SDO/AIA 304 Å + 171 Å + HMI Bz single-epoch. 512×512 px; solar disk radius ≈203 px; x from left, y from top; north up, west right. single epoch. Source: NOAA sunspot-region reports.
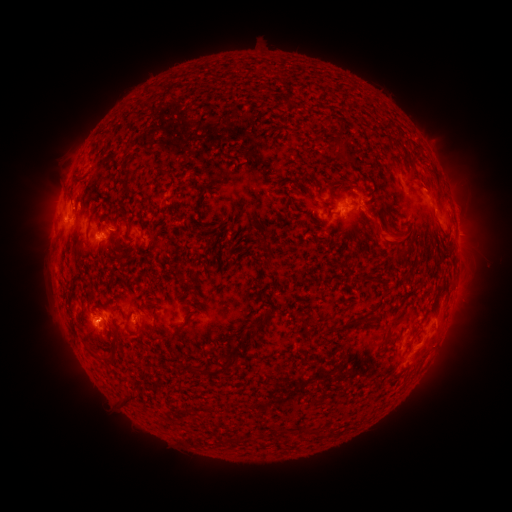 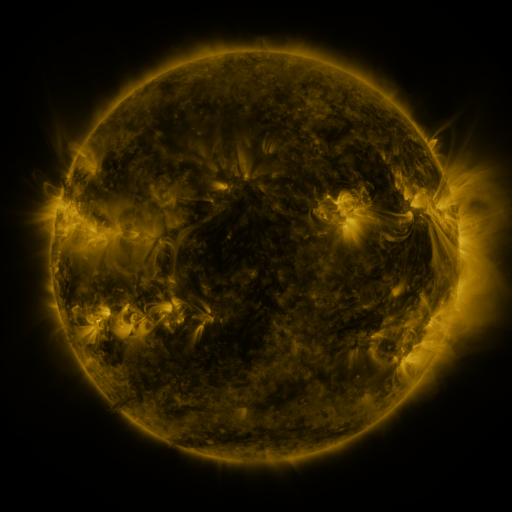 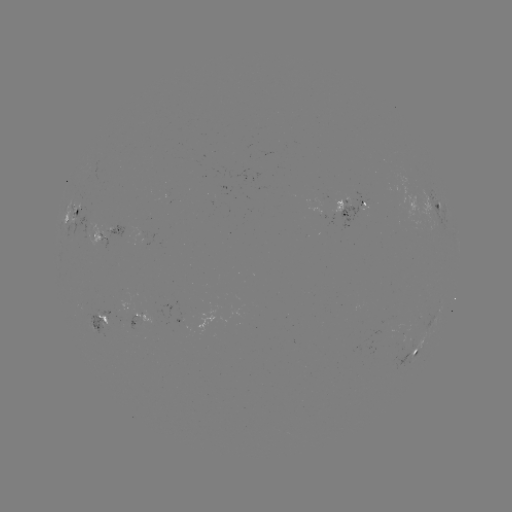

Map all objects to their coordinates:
spotted active region: (355, 204)
spotted active region: (437, 207)
spotted active region: (78, 217)
spotted active region: (107, 237)
spotted active region: (135, 307)
spotted active region: (101, 321)
spotted active region: (417, 348)
